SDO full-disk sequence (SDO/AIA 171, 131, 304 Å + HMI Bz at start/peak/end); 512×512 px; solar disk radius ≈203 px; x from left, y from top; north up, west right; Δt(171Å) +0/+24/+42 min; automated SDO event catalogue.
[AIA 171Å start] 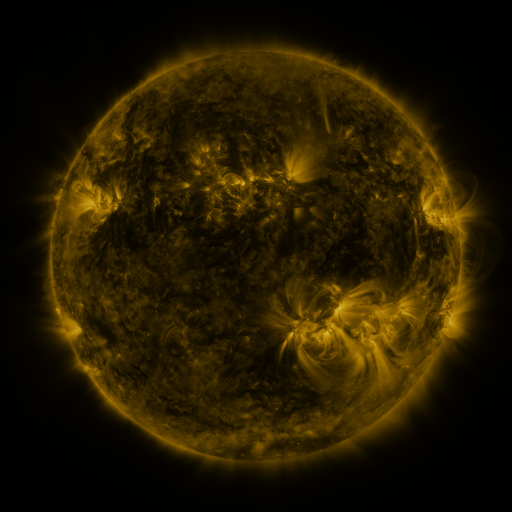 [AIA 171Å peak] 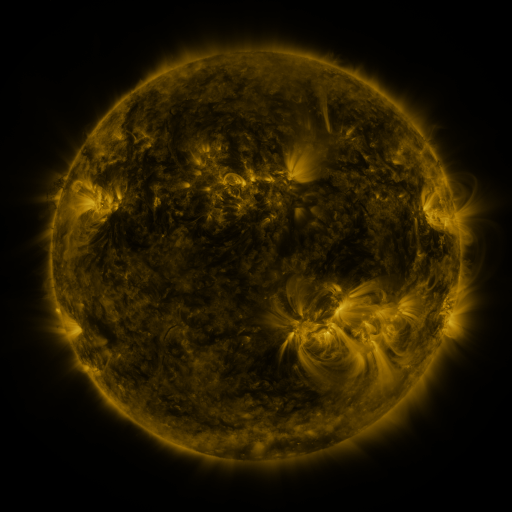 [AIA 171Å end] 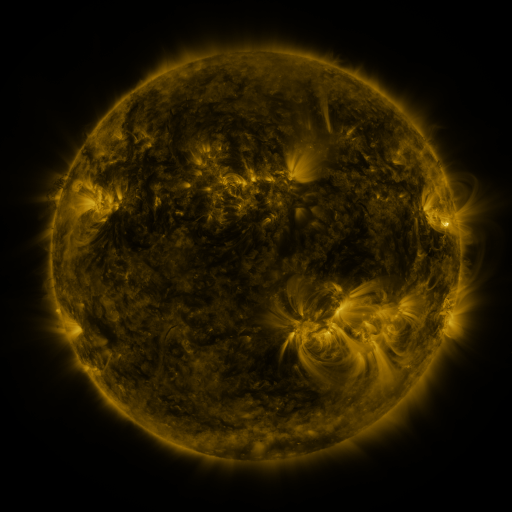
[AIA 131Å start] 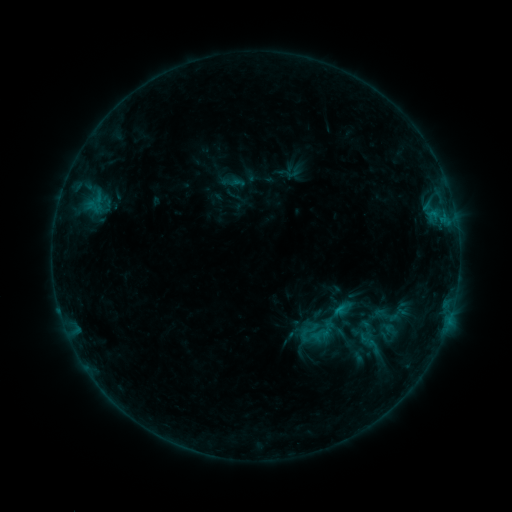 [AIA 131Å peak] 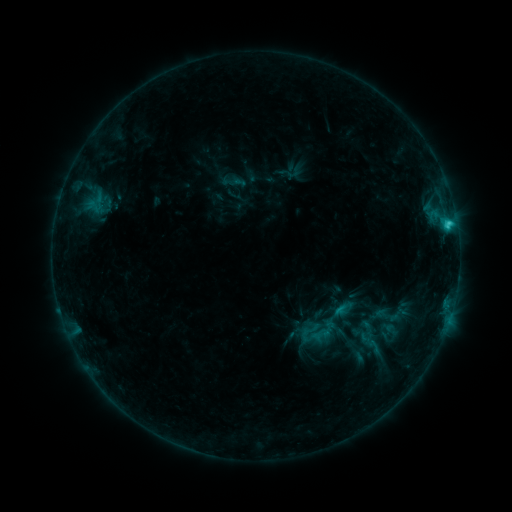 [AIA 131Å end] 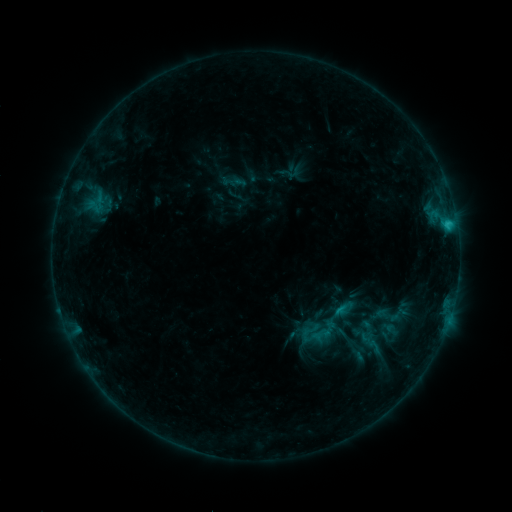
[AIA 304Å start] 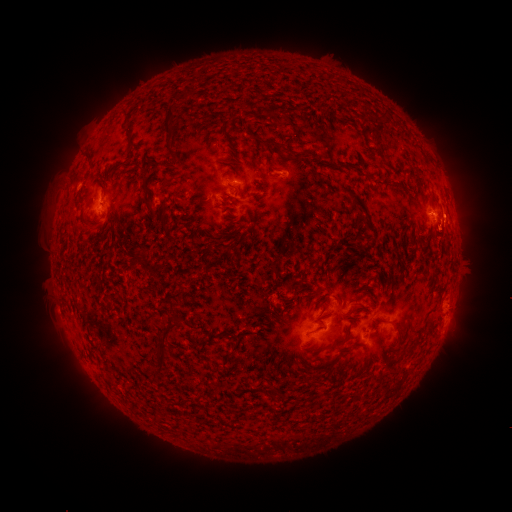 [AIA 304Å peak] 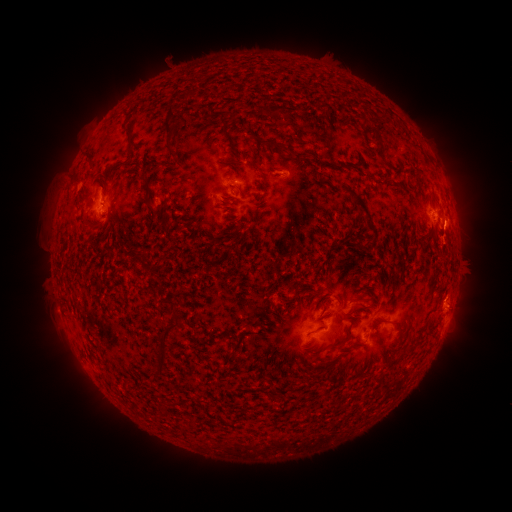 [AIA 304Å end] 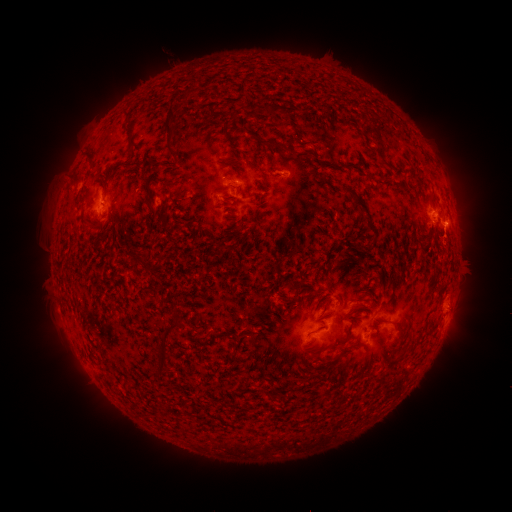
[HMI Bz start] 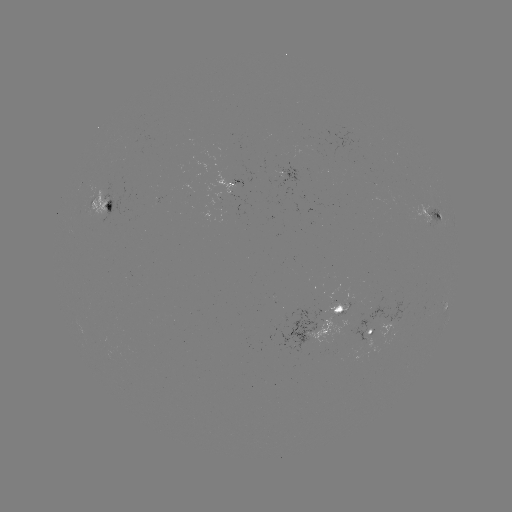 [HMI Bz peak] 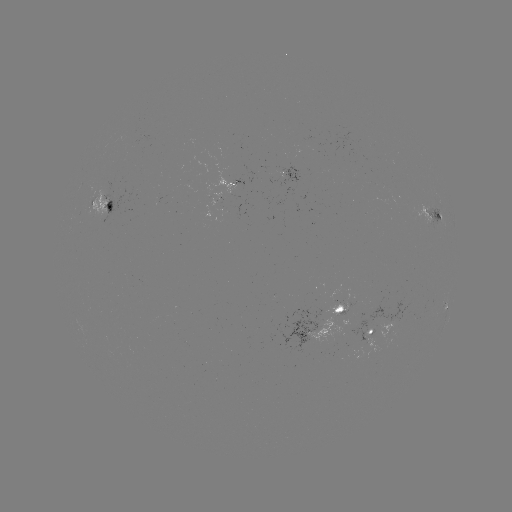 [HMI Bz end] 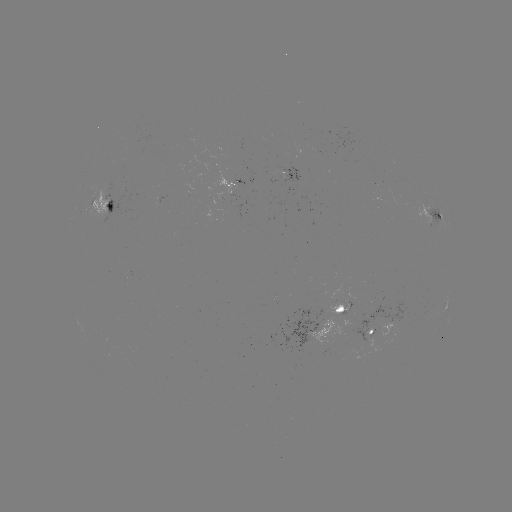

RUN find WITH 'C1.9 flare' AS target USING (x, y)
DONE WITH (448, 227) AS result